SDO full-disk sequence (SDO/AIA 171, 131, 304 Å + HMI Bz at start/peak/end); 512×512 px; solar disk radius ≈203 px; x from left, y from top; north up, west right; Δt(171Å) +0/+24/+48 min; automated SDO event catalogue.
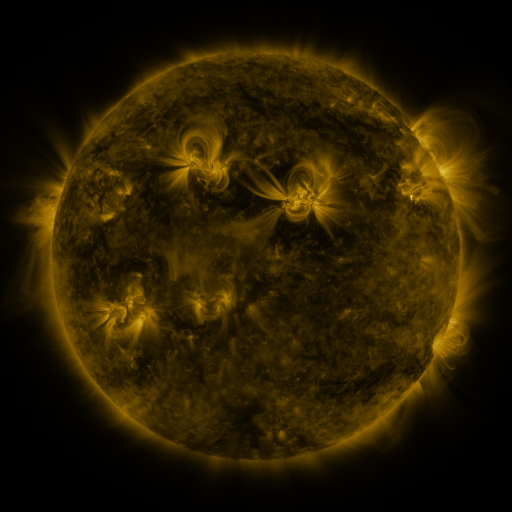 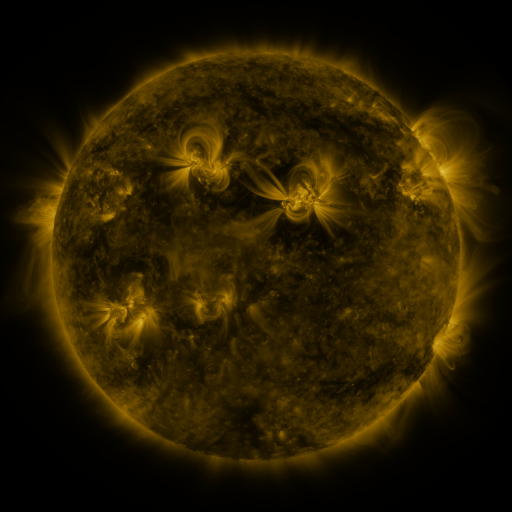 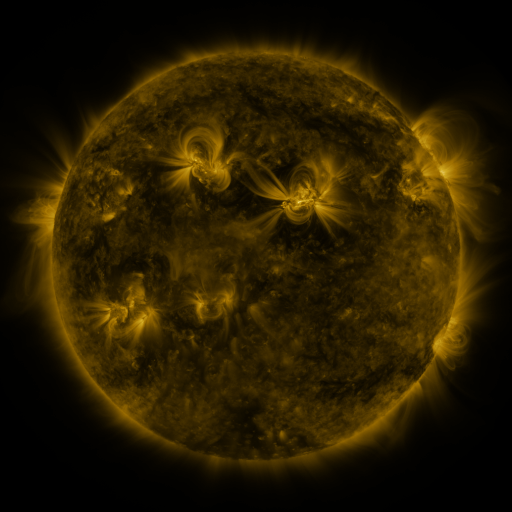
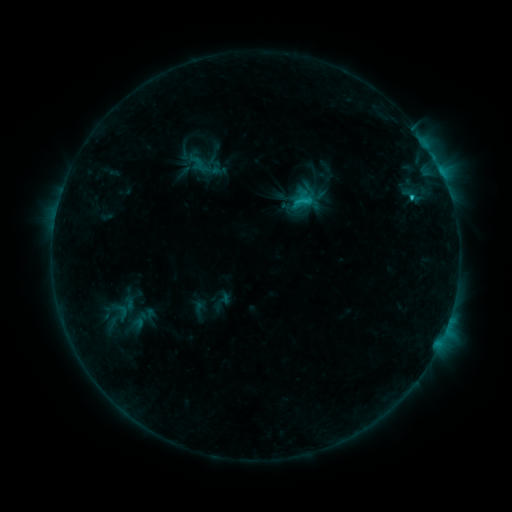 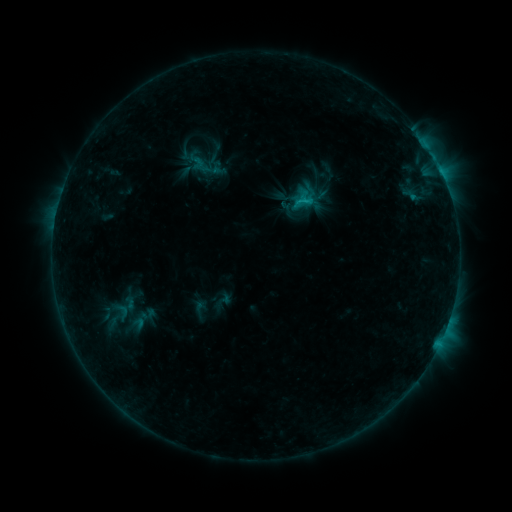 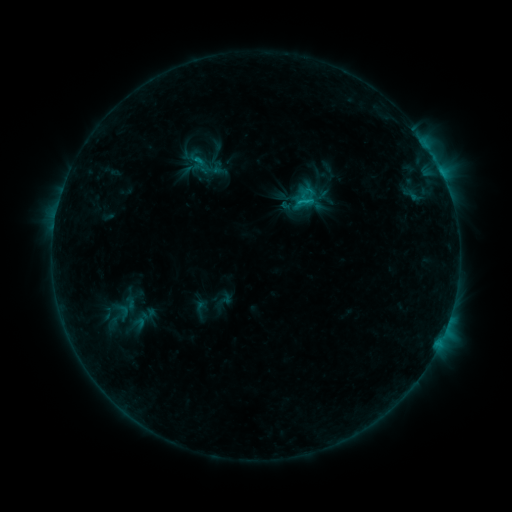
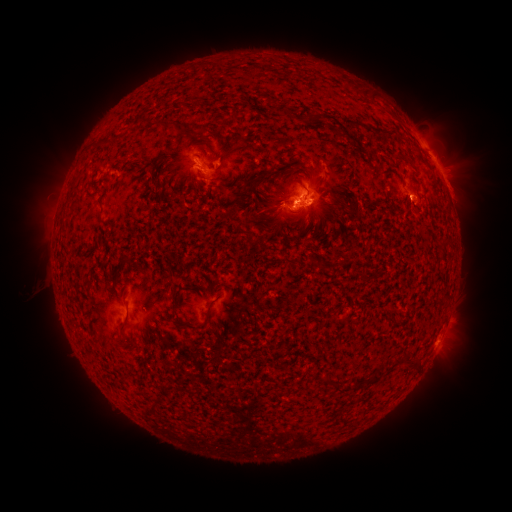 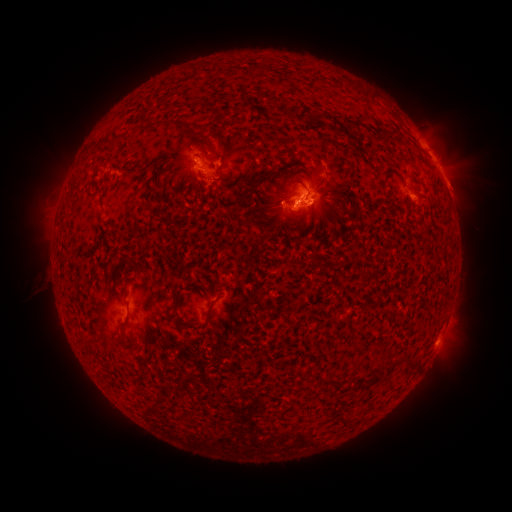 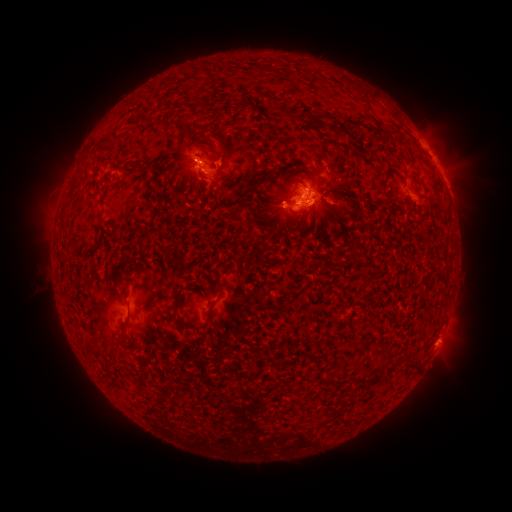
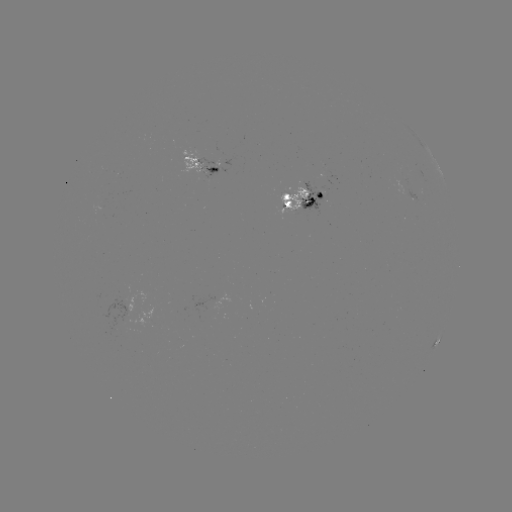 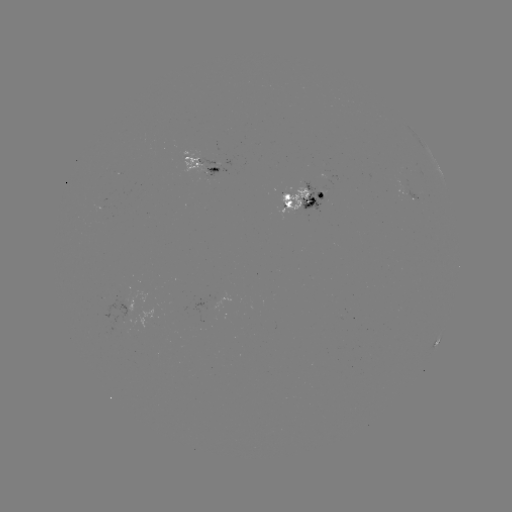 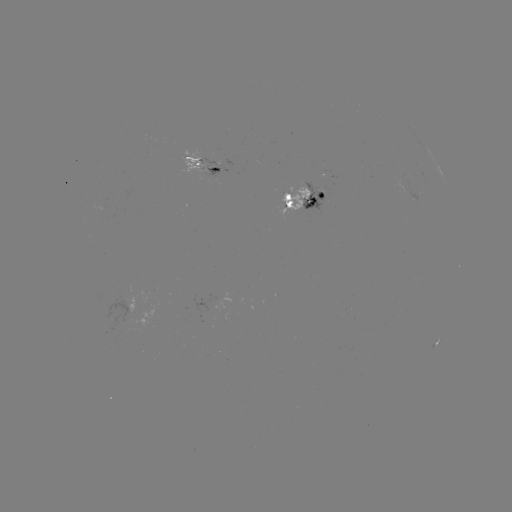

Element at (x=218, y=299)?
emerging-flux region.